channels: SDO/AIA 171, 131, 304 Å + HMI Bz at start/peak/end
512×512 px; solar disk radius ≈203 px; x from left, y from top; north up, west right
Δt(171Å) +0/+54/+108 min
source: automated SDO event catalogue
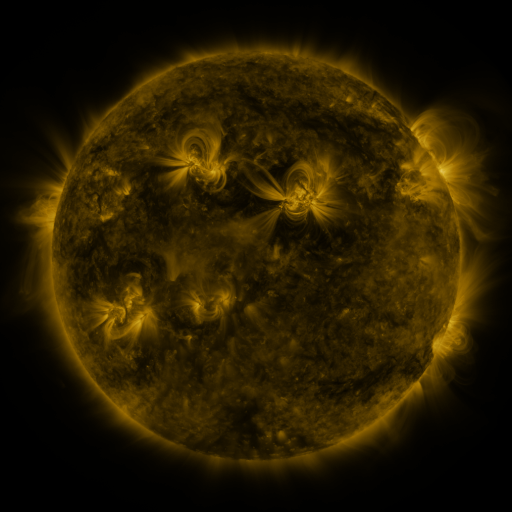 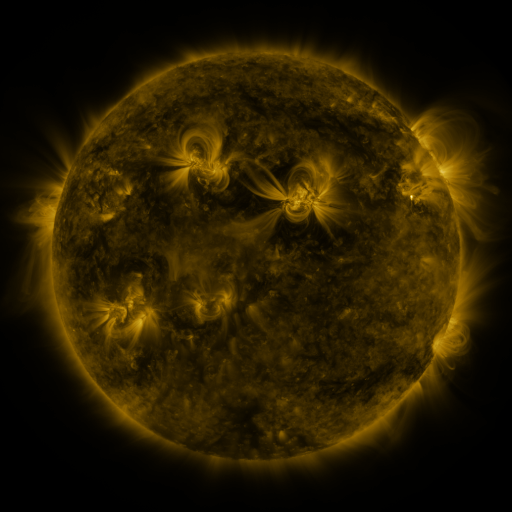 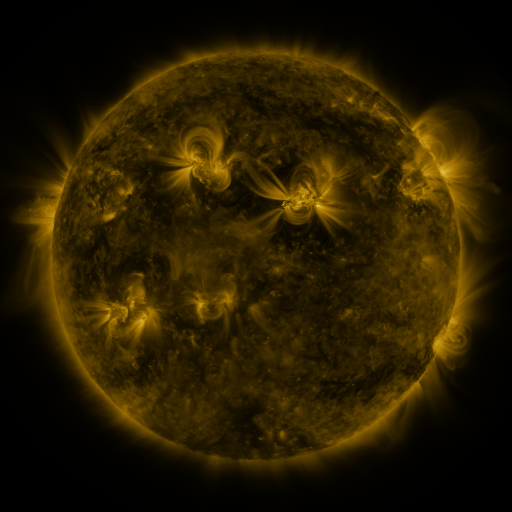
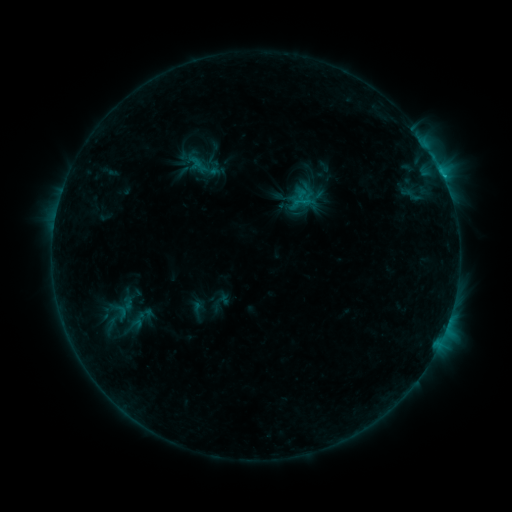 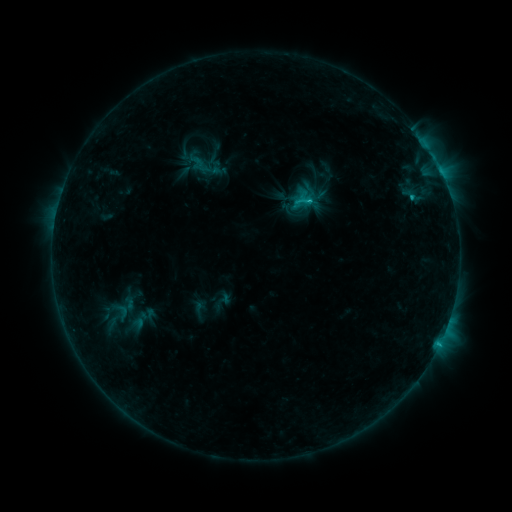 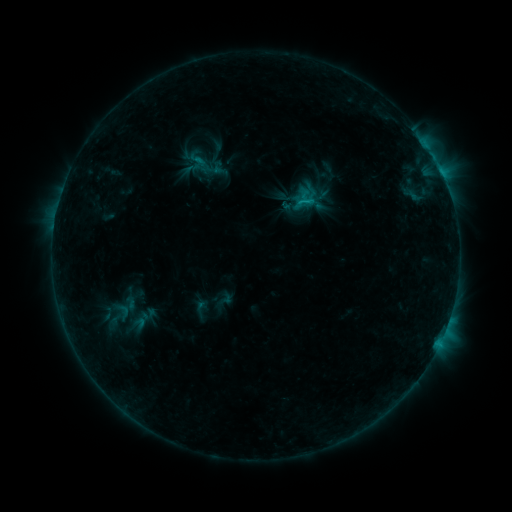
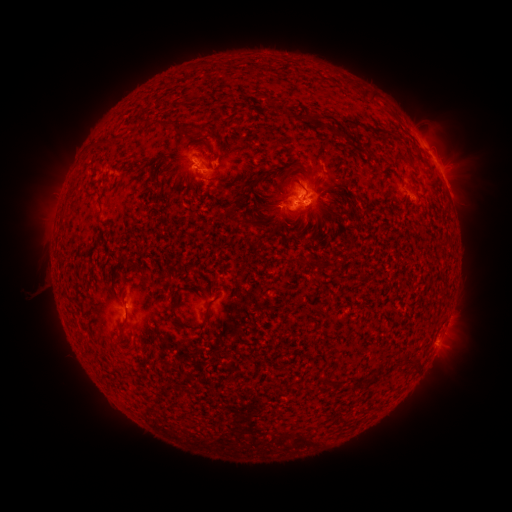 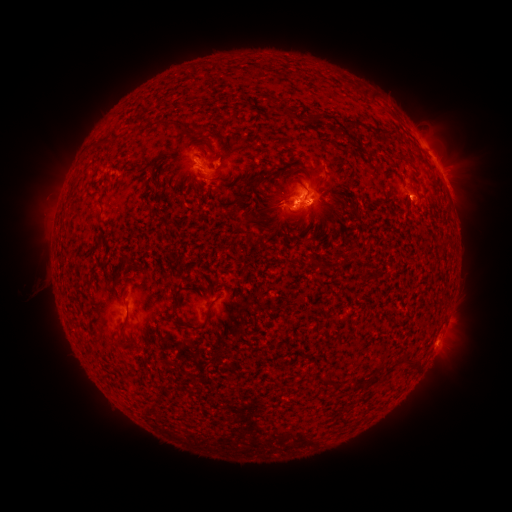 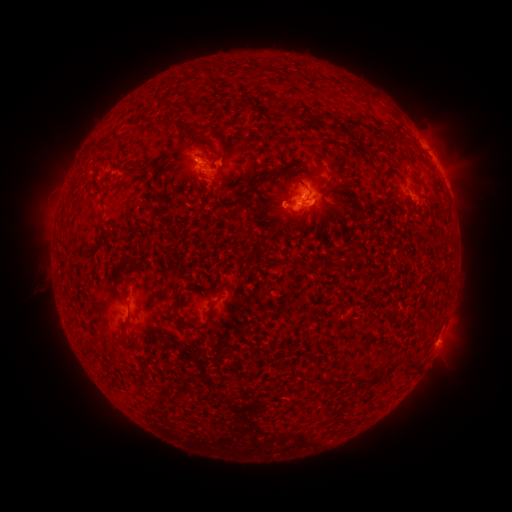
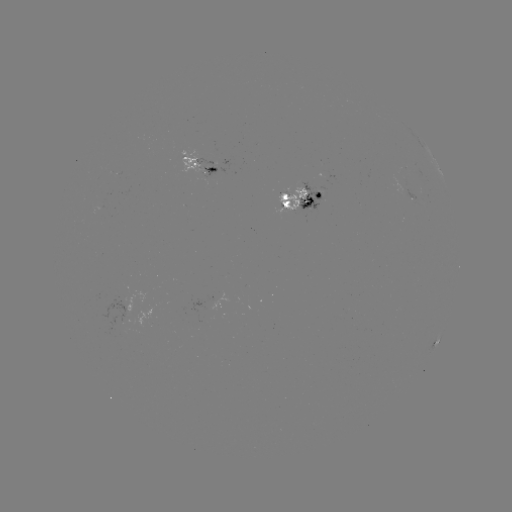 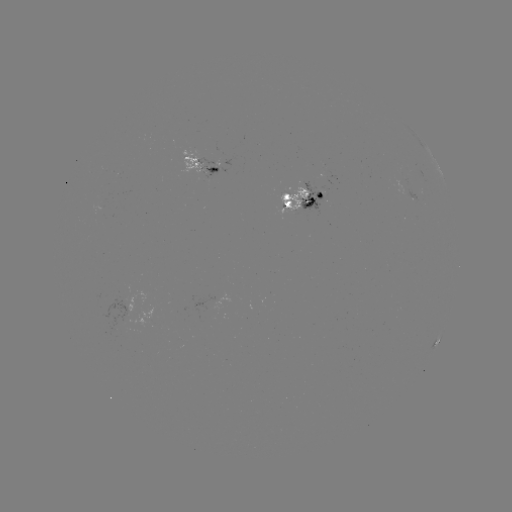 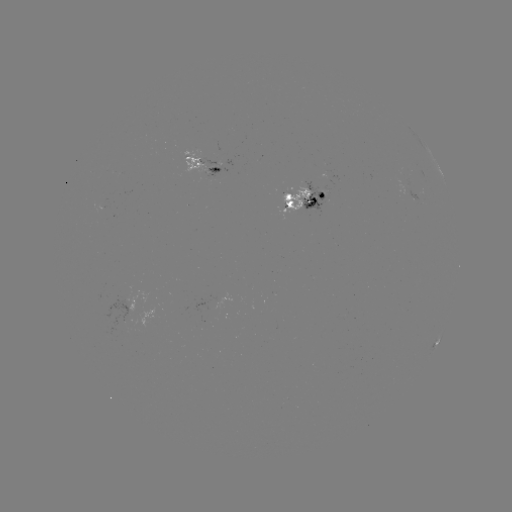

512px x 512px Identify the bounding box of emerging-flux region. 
[204, 167, 219, 176].